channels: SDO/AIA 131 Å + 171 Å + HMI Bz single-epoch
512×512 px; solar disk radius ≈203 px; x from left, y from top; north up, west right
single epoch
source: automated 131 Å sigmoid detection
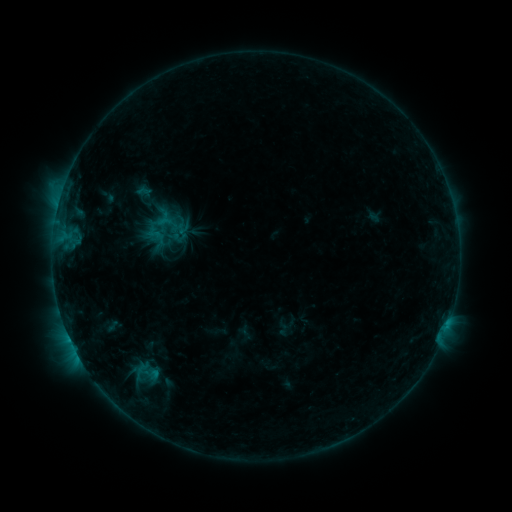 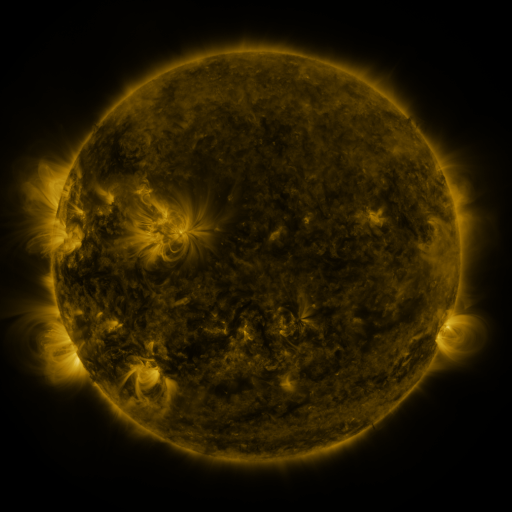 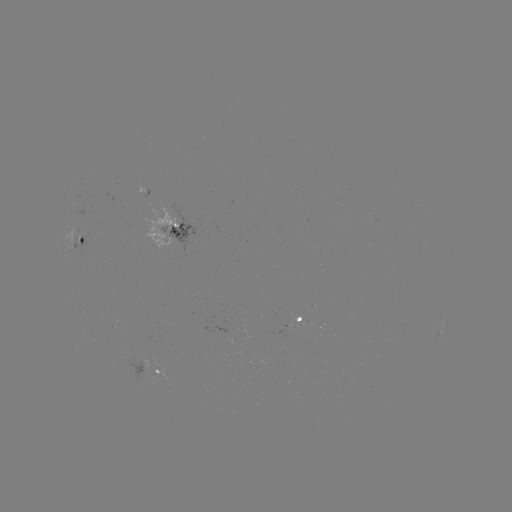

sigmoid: <bbox>156, 210, 180, 236</bbox>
